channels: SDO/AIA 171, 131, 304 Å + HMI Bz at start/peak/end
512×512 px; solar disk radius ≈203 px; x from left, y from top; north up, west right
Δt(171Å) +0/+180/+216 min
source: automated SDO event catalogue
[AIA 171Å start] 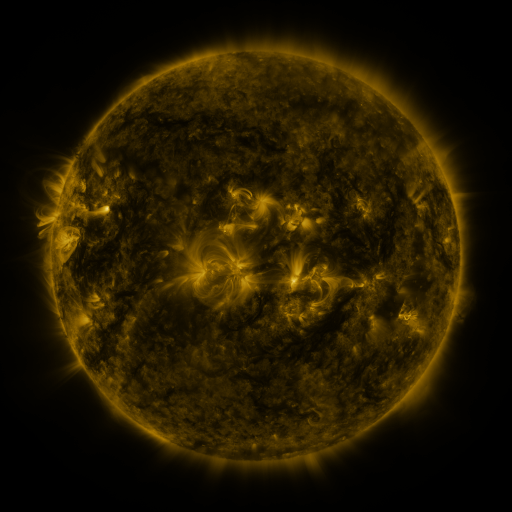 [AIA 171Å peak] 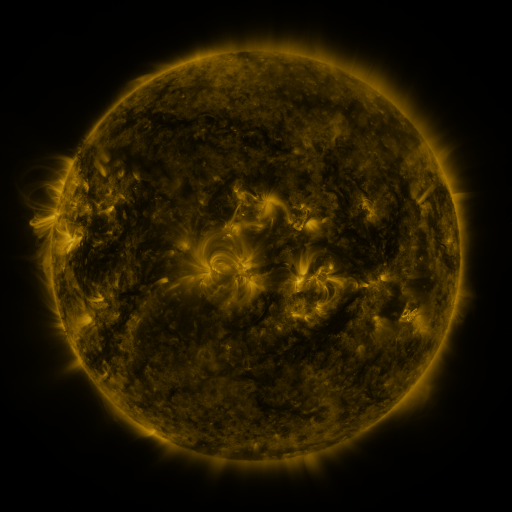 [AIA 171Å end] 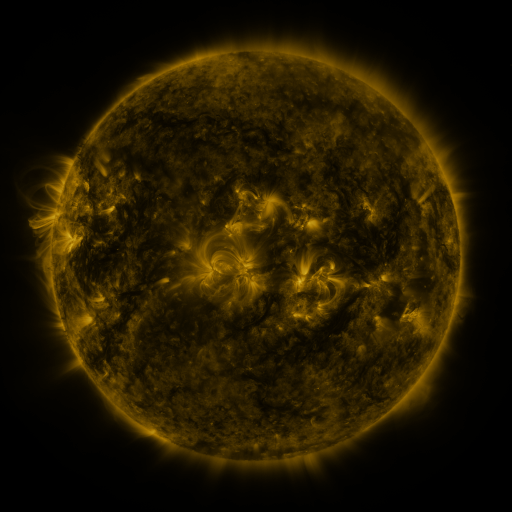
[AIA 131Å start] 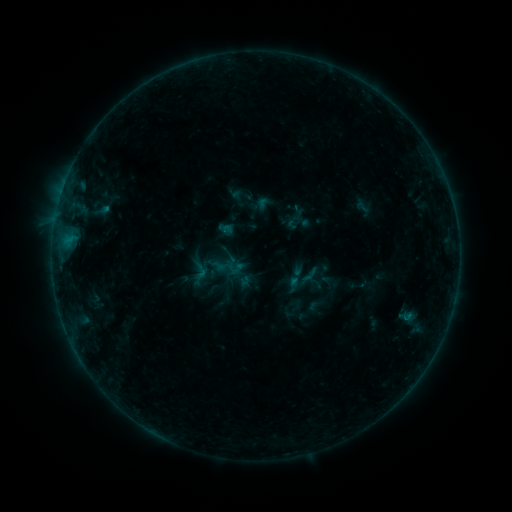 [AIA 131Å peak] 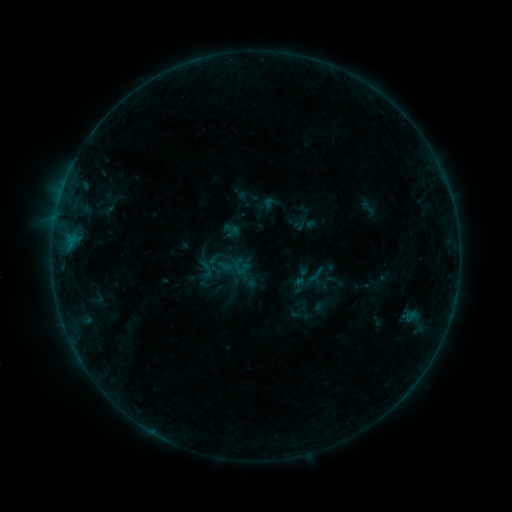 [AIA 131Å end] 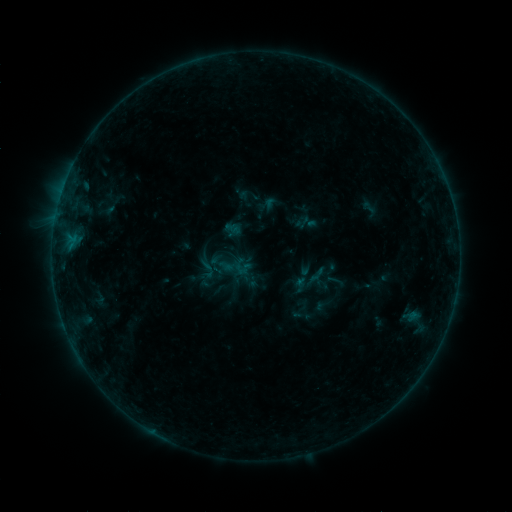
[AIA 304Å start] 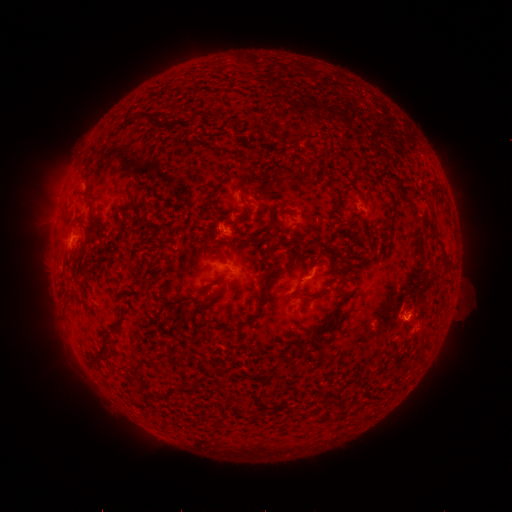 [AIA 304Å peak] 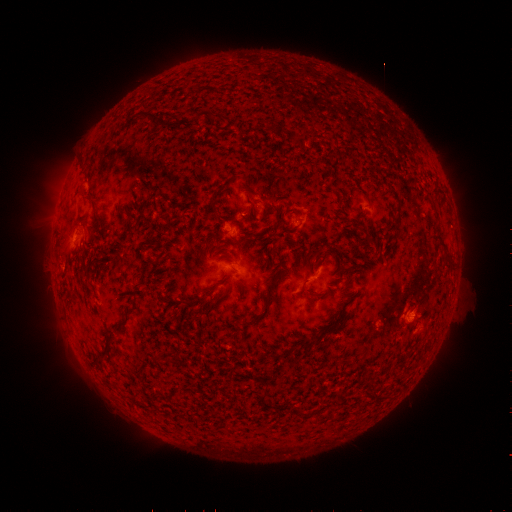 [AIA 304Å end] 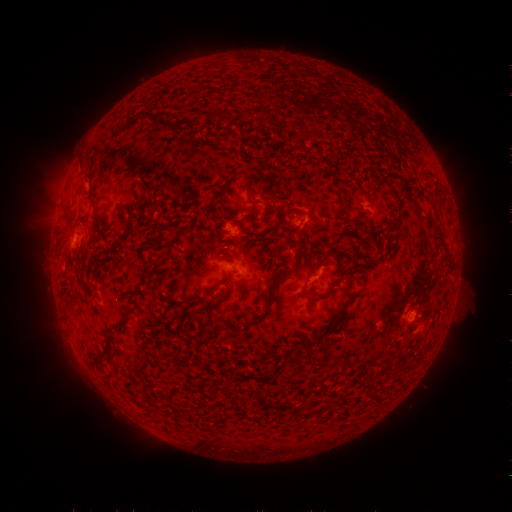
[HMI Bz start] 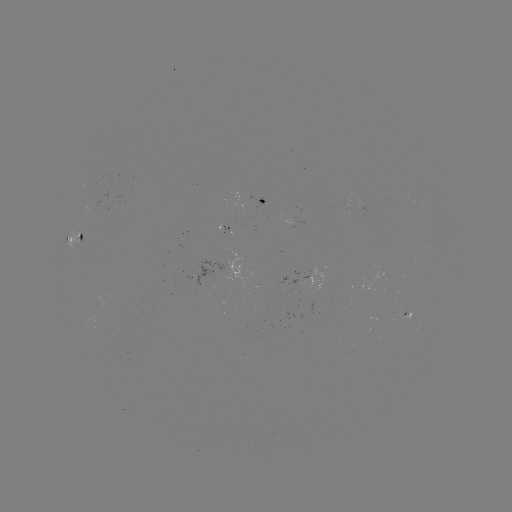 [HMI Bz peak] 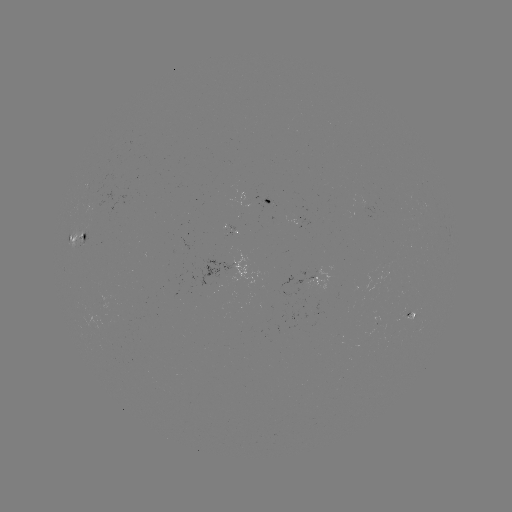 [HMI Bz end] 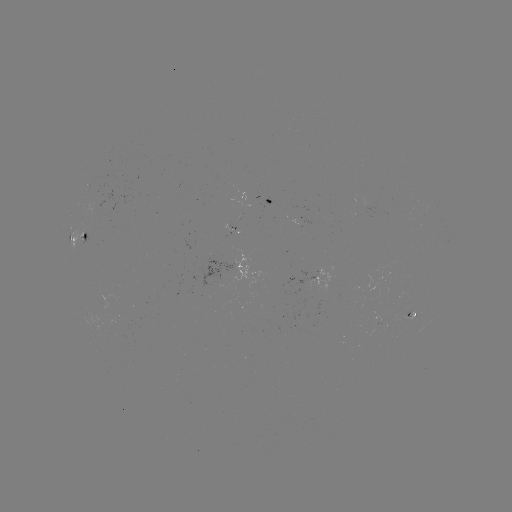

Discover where emerging-flux region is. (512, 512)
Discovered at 415,316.